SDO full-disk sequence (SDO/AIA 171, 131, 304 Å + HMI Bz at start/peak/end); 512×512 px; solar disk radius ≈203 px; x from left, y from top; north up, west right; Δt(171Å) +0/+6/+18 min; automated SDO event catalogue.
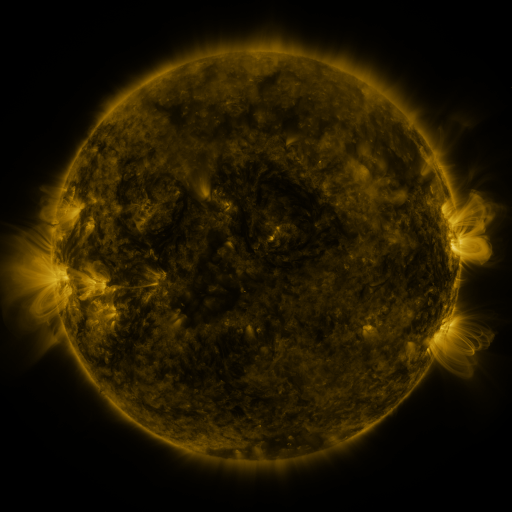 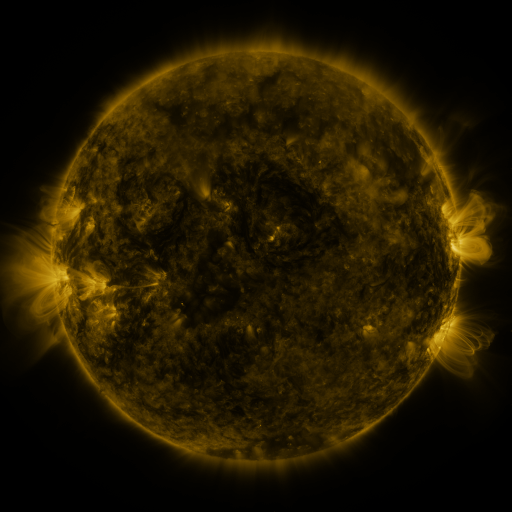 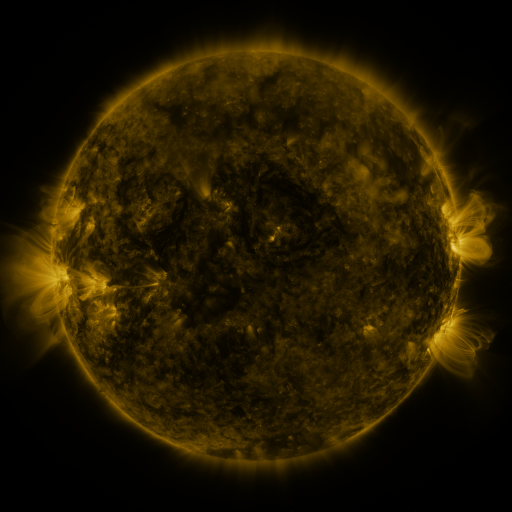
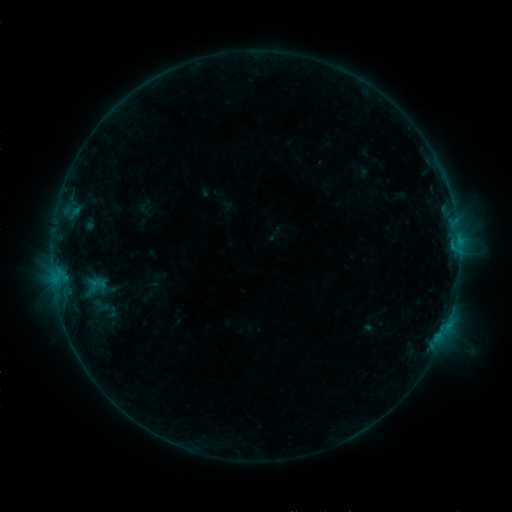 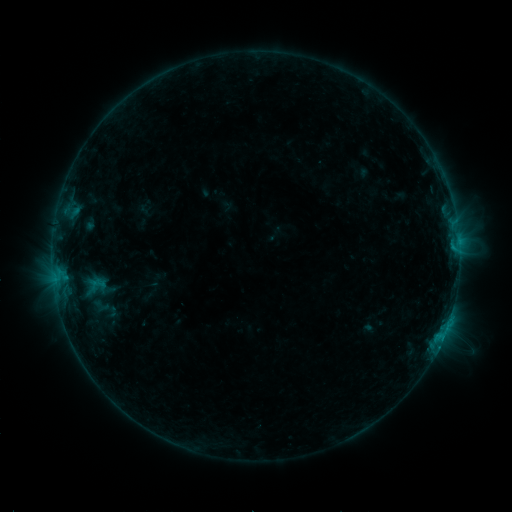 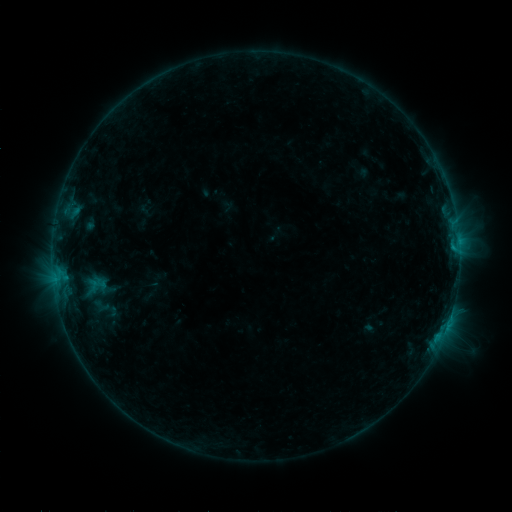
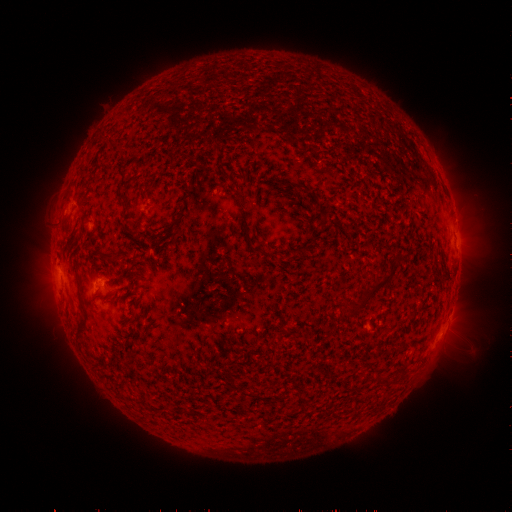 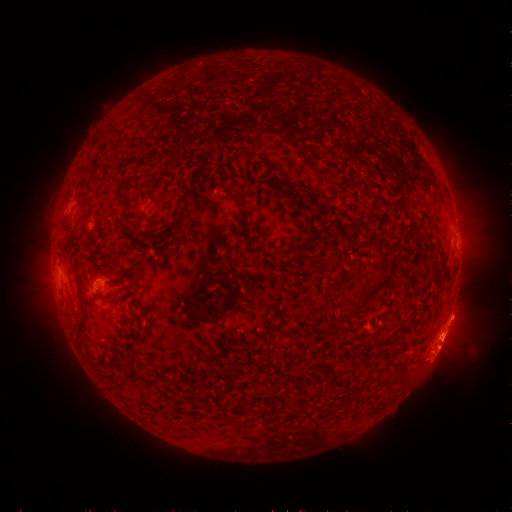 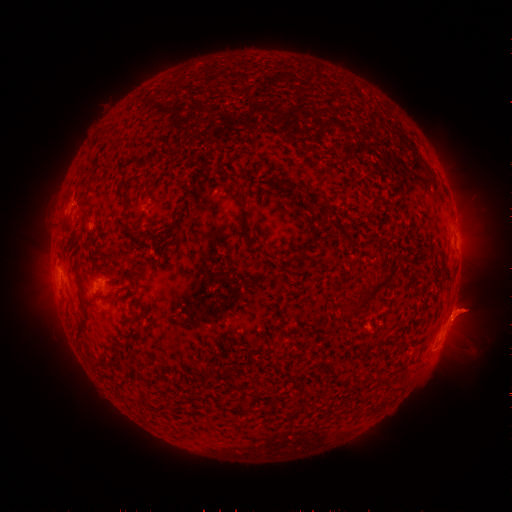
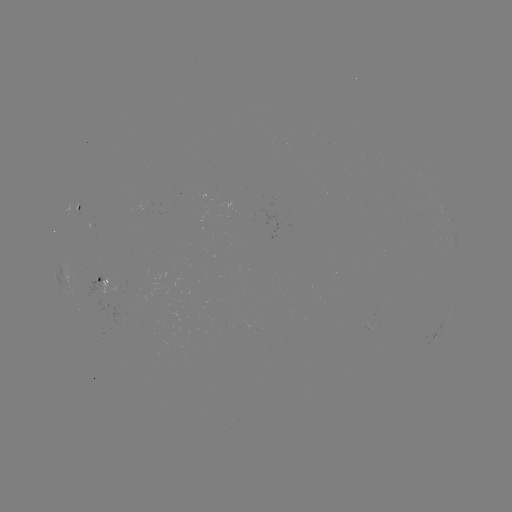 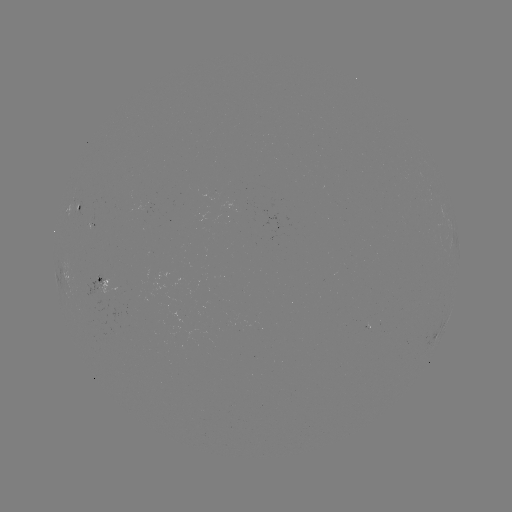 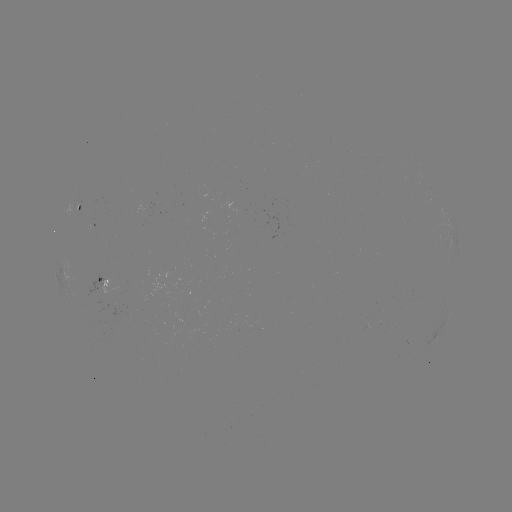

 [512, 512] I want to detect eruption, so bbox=[412, 288, 489, 384].